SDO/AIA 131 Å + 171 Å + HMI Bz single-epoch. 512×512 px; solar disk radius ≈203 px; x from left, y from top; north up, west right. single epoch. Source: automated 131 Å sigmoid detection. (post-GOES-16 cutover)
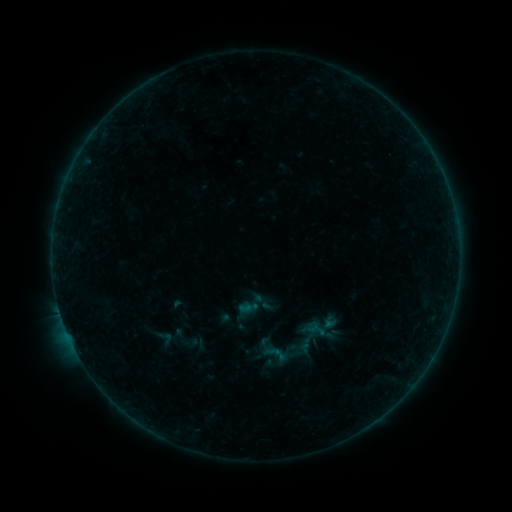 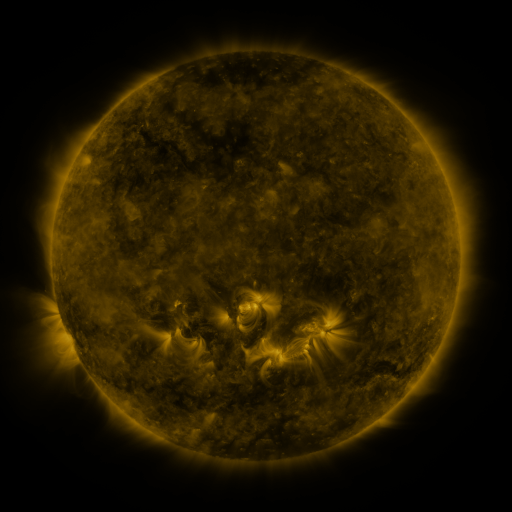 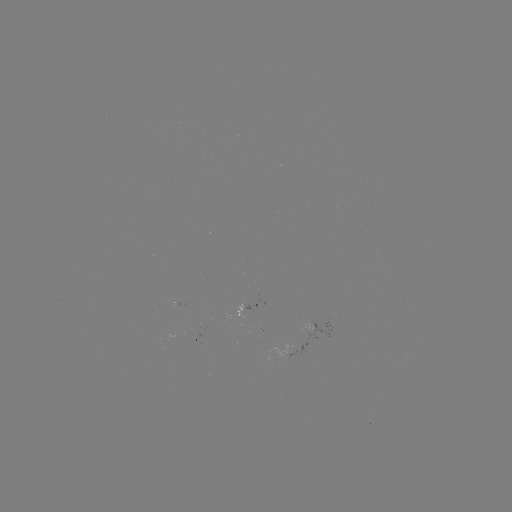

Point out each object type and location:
sigmoid: [162, 324, 203, 353]
sigmoid: [149, 328, 180, 349]
